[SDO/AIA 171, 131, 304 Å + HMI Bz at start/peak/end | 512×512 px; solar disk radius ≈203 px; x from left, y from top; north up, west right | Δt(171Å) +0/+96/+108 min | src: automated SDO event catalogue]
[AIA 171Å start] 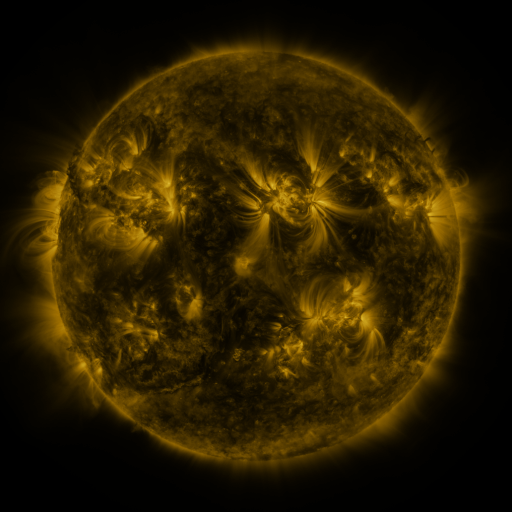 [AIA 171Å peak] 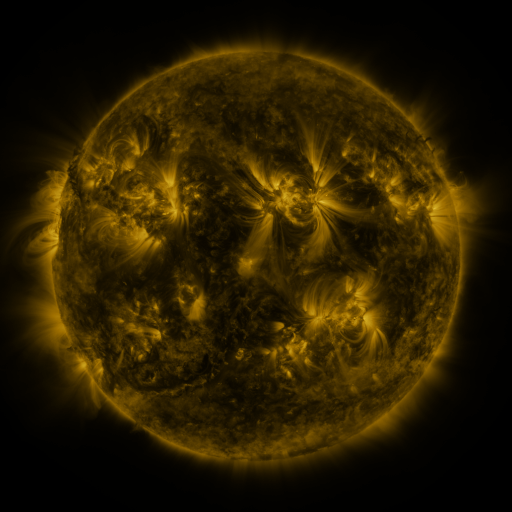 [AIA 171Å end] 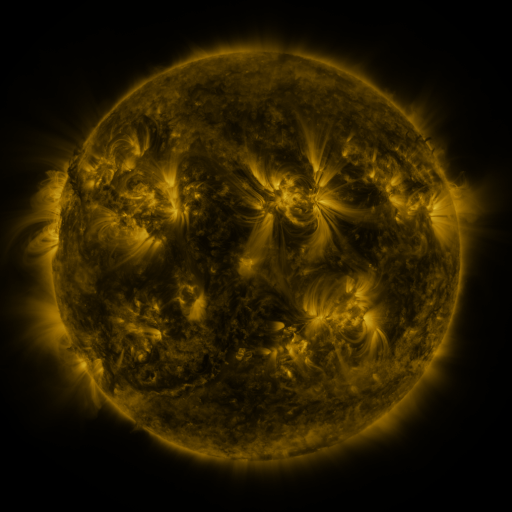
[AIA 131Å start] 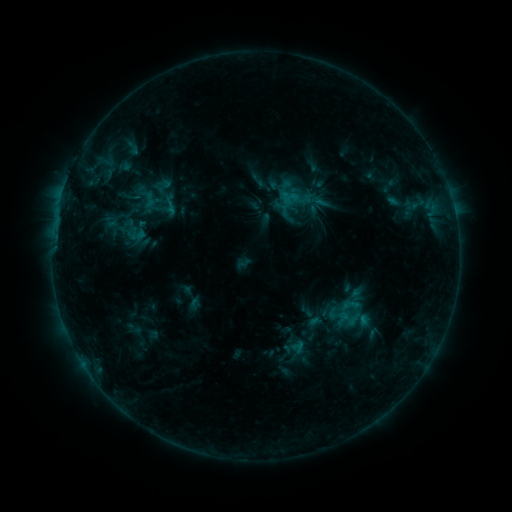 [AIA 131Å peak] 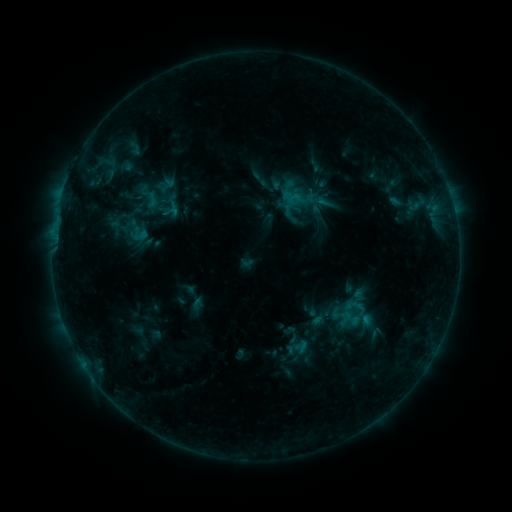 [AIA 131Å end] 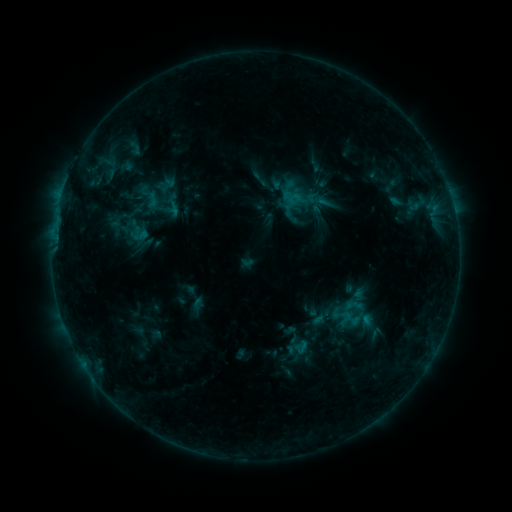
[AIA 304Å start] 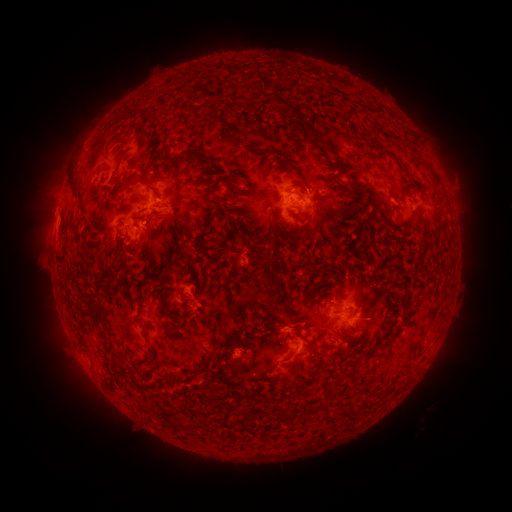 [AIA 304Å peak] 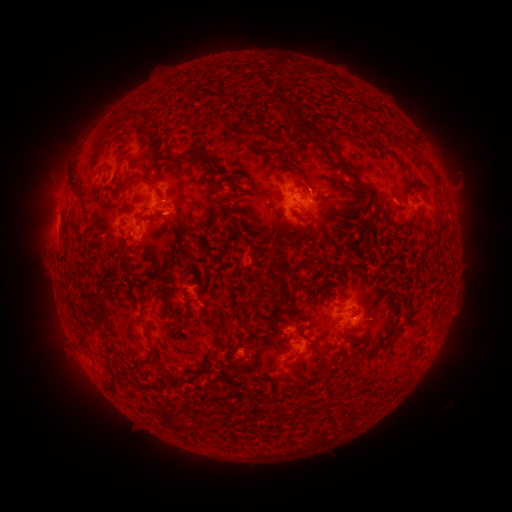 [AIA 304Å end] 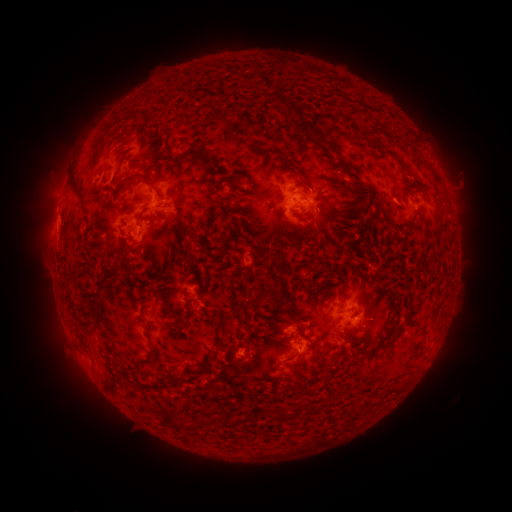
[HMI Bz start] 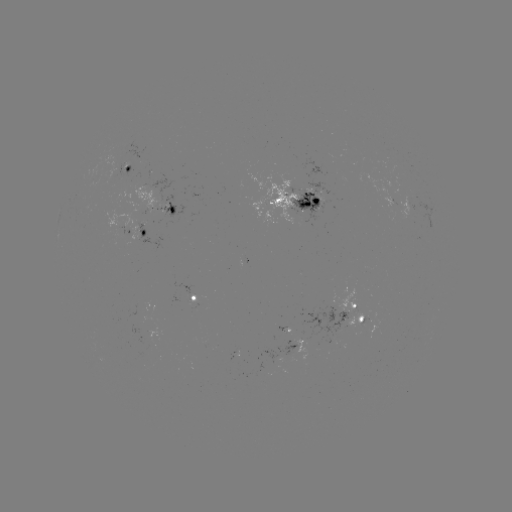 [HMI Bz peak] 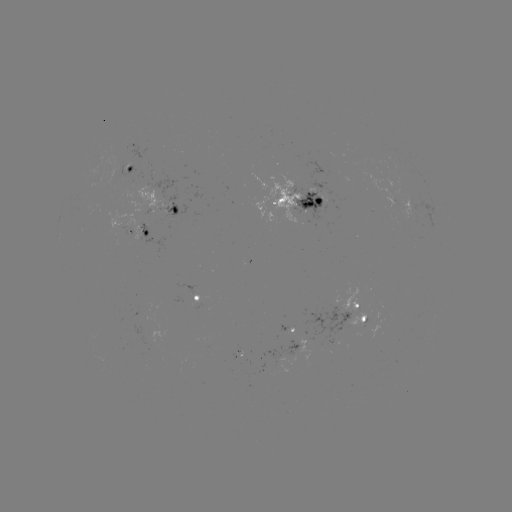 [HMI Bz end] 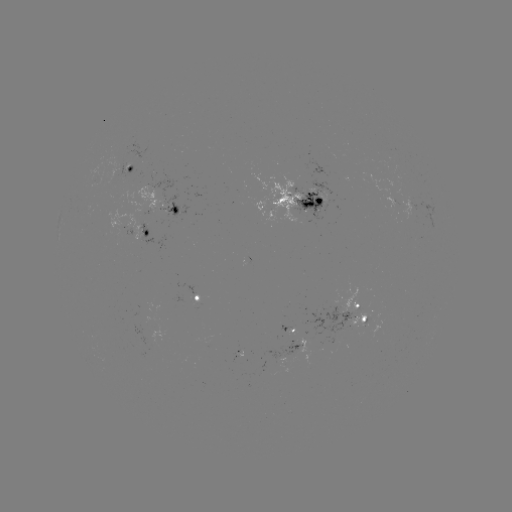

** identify emerging-flux region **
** (362, 323) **